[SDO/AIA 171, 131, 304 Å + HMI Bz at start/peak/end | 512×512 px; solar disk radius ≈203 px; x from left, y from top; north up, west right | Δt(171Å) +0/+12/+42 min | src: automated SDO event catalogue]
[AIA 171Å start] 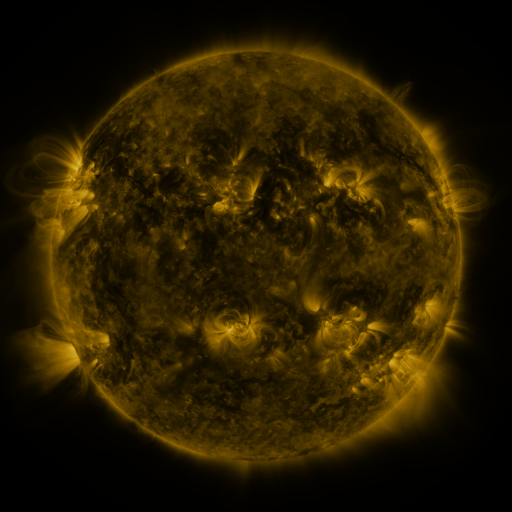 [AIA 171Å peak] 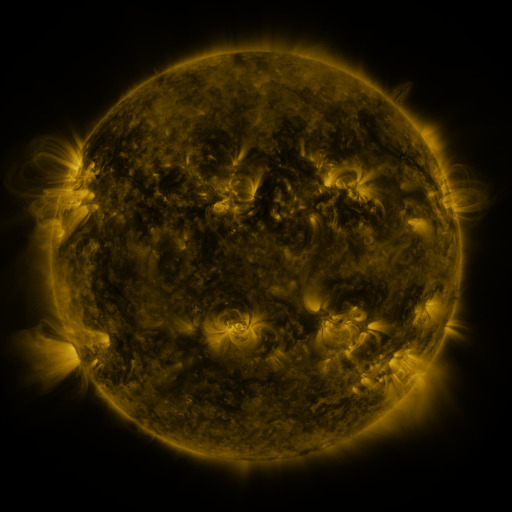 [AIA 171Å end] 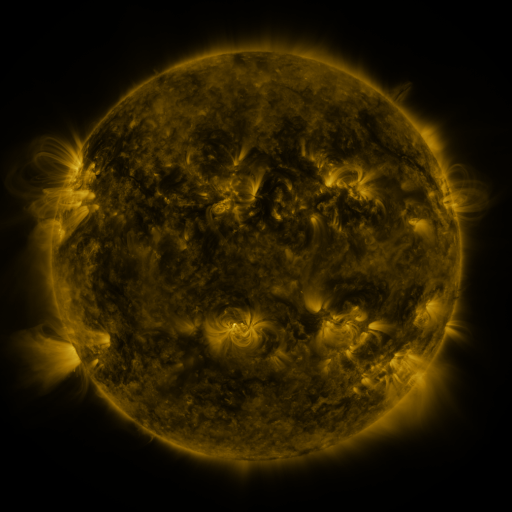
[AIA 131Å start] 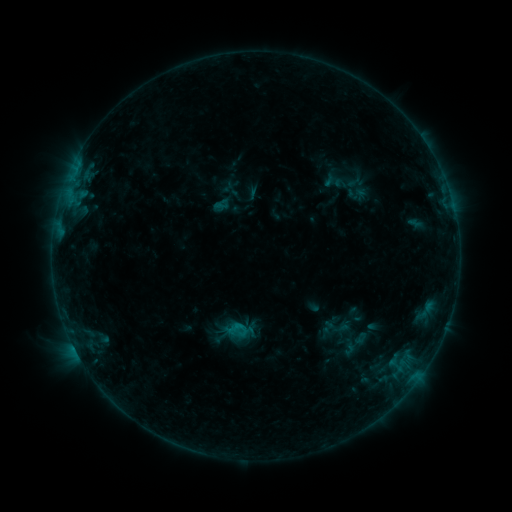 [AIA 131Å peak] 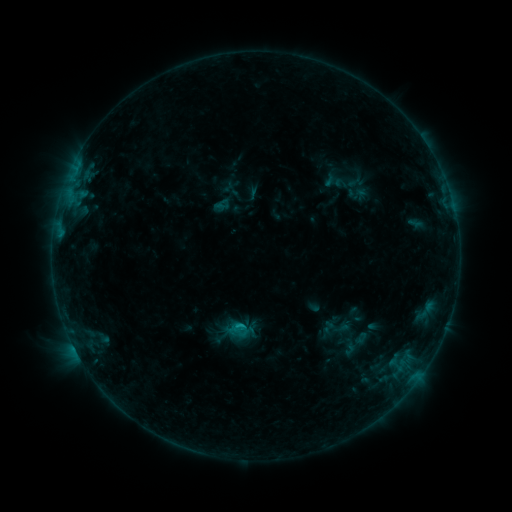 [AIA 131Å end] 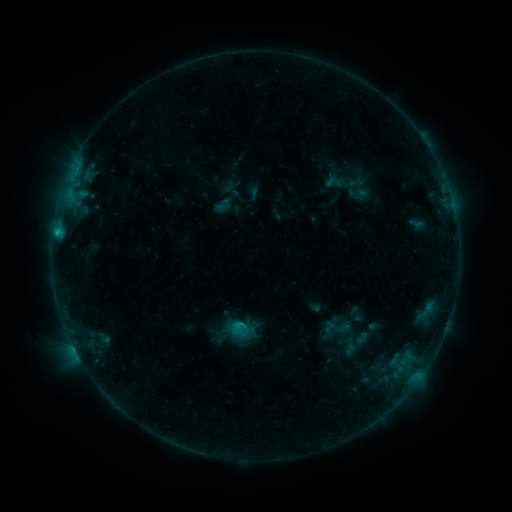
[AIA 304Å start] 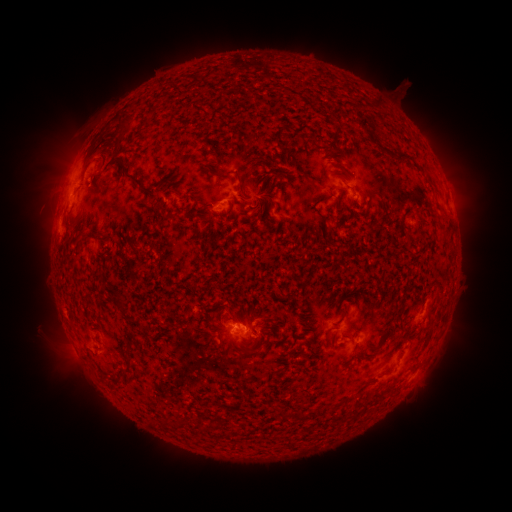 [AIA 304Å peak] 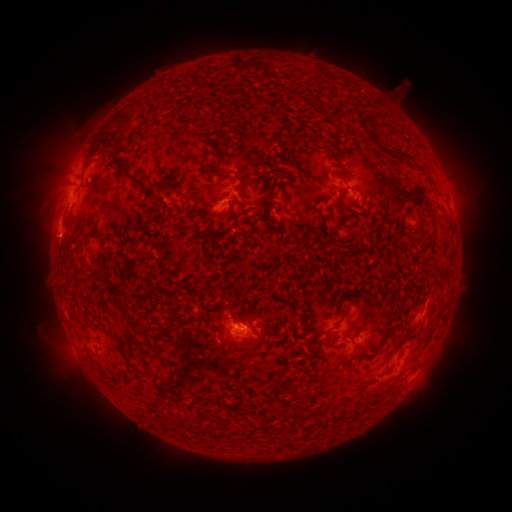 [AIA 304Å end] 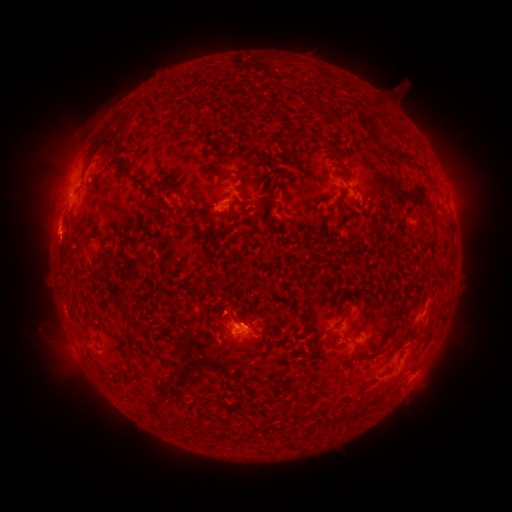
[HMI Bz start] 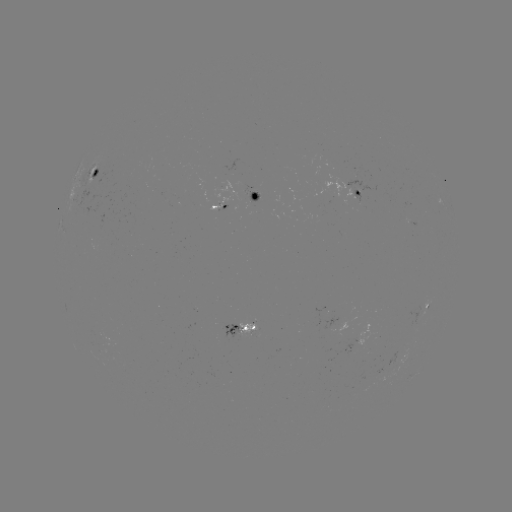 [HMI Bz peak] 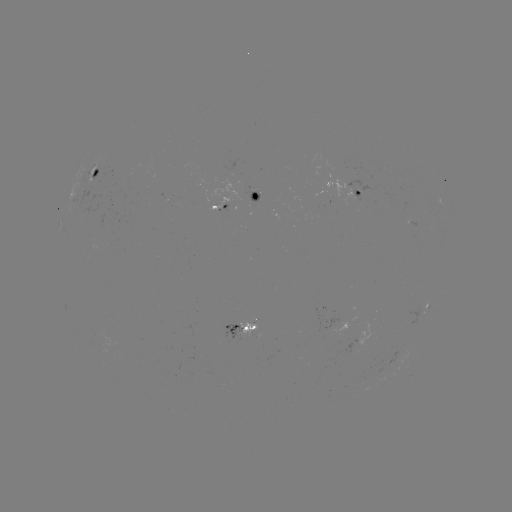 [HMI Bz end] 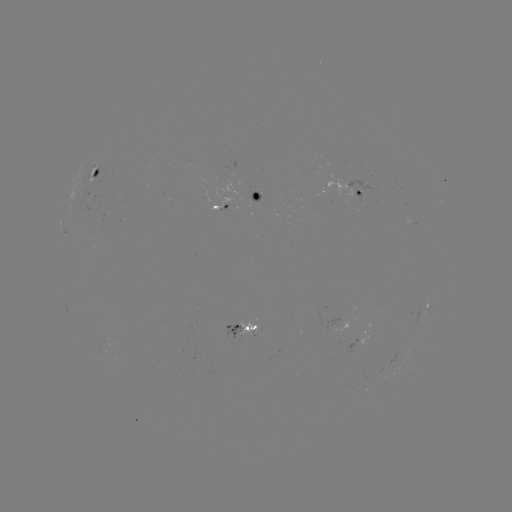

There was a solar flare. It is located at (245, 323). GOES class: B6.1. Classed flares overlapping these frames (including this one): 2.